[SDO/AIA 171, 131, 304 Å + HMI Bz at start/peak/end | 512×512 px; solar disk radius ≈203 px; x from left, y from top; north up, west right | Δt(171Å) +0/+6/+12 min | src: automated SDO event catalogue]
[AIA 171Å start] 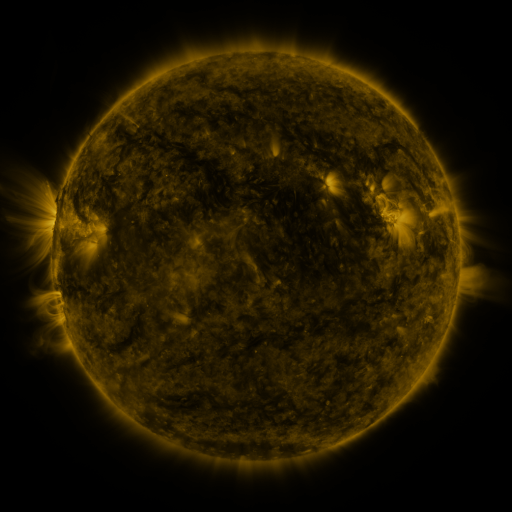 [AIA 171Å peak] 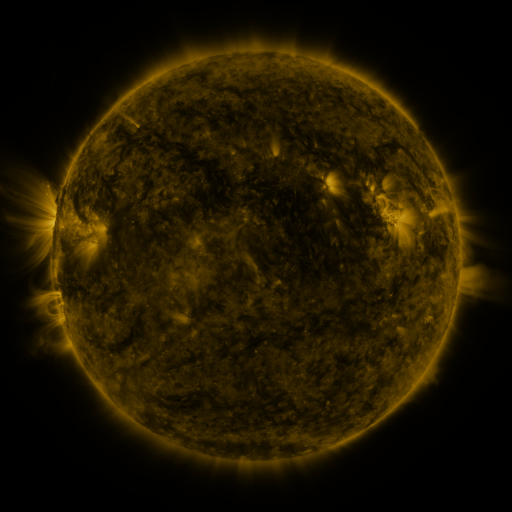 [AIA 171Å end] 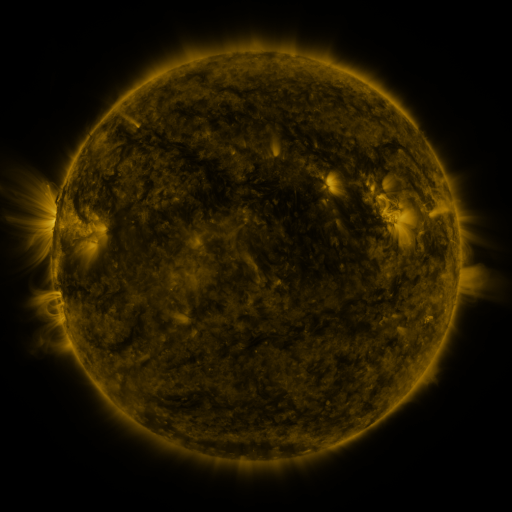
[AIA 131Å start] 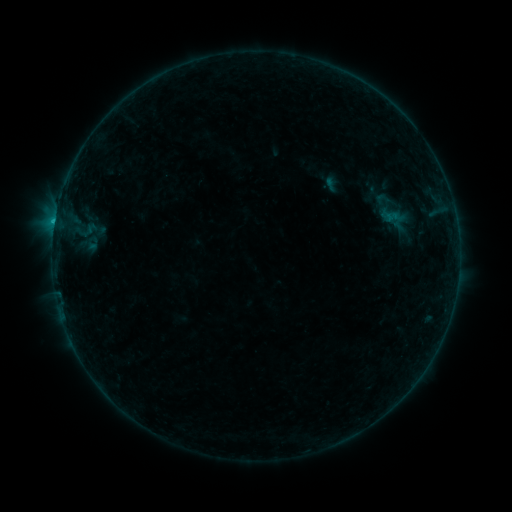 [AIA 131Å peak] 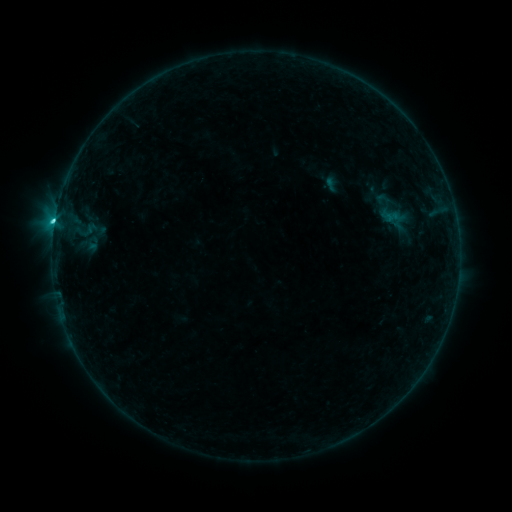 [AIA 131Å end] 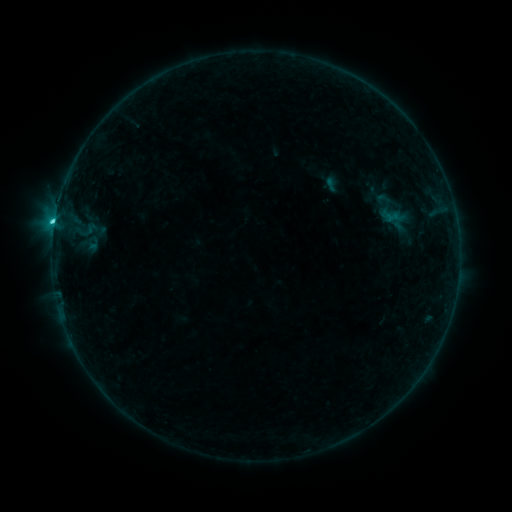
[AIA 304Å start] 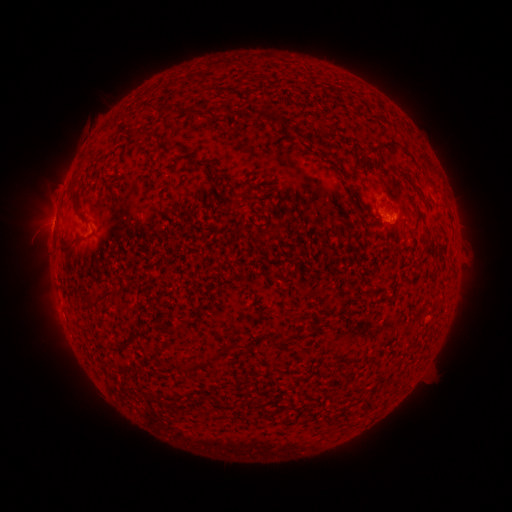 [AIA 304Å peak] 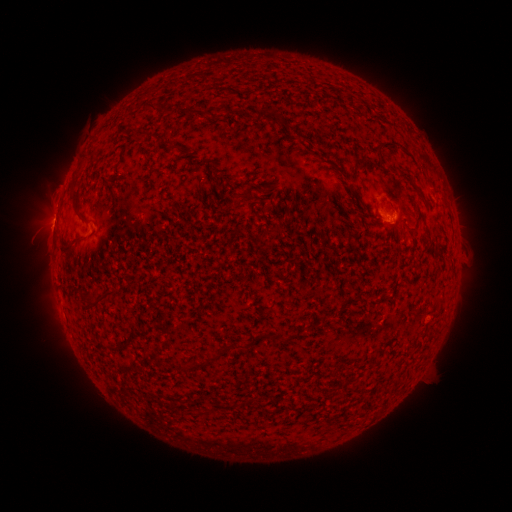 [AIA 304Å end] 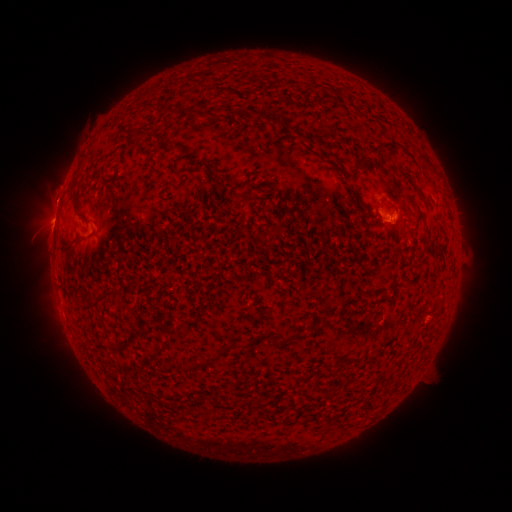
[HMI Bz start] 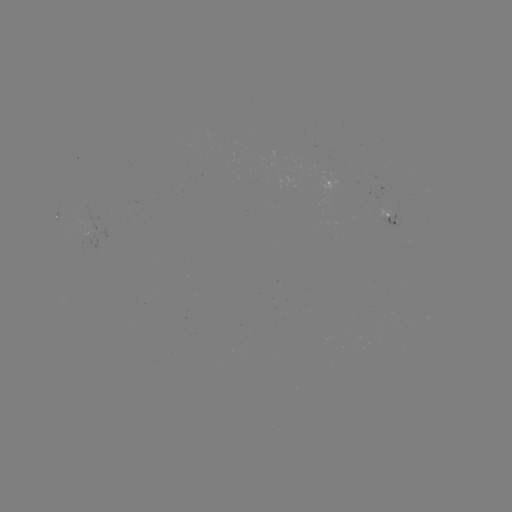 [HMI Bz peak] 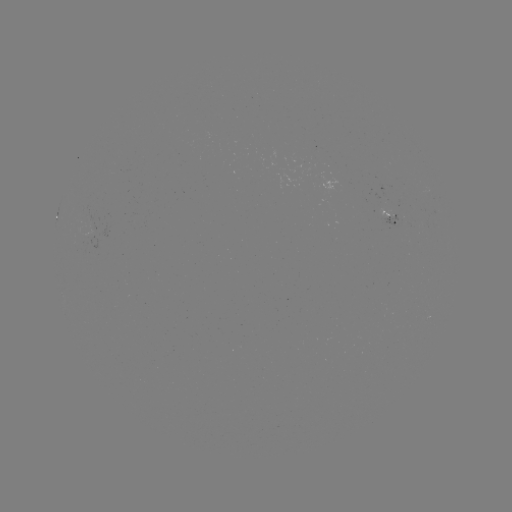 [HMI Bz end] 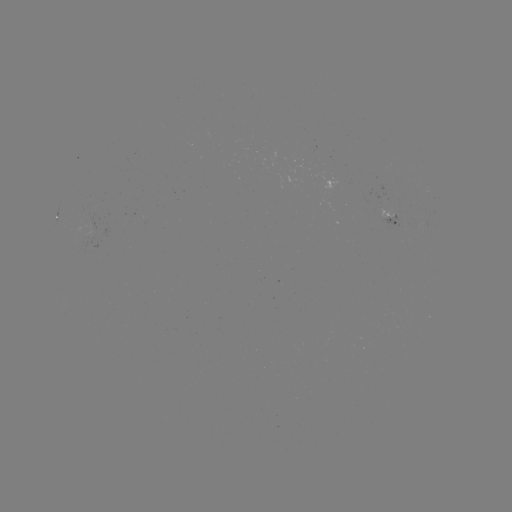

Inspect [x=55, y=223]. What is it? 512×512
C1.9 flare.